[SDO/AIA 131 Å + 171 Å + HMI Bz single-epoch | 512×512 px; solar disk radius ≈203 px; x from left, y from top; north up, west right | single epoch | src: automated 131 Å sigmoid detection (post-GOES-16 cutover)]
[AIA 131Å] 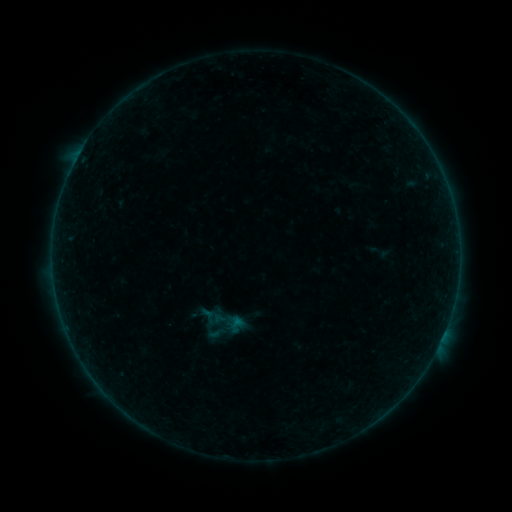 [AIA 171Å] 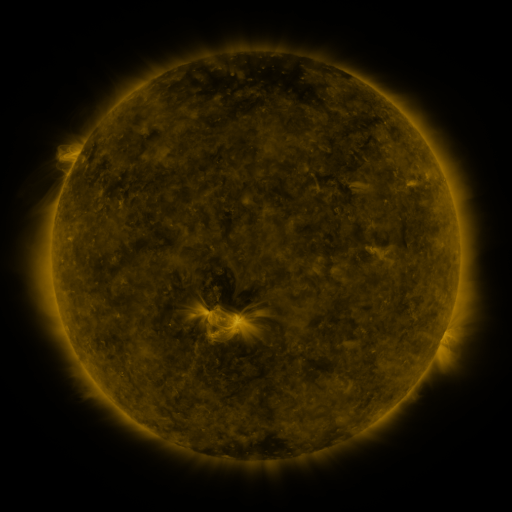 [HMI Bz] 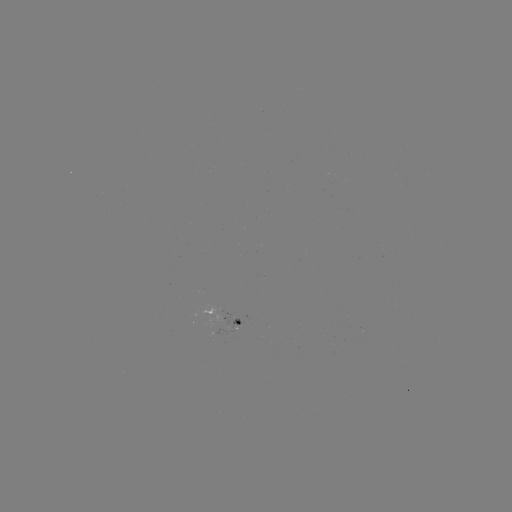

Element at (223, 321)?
sigmoid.